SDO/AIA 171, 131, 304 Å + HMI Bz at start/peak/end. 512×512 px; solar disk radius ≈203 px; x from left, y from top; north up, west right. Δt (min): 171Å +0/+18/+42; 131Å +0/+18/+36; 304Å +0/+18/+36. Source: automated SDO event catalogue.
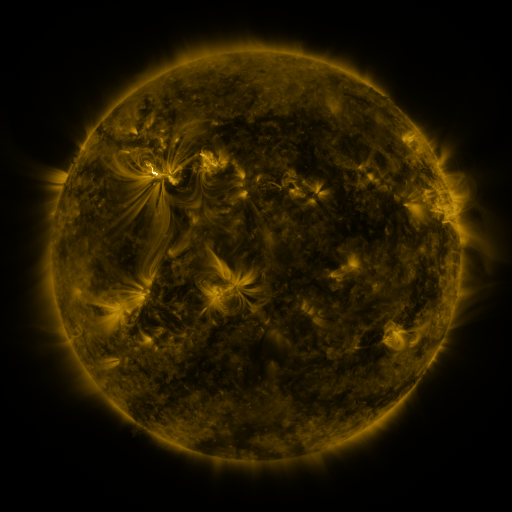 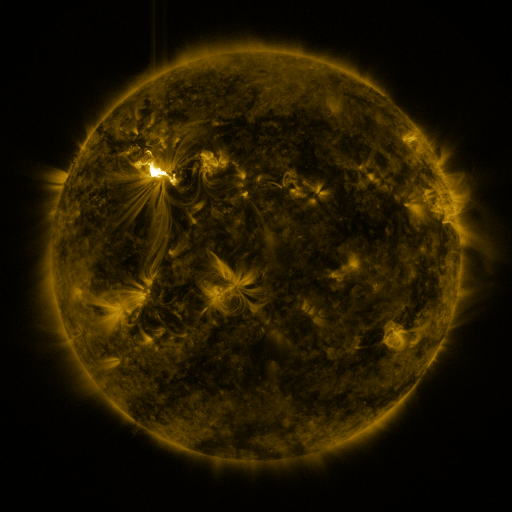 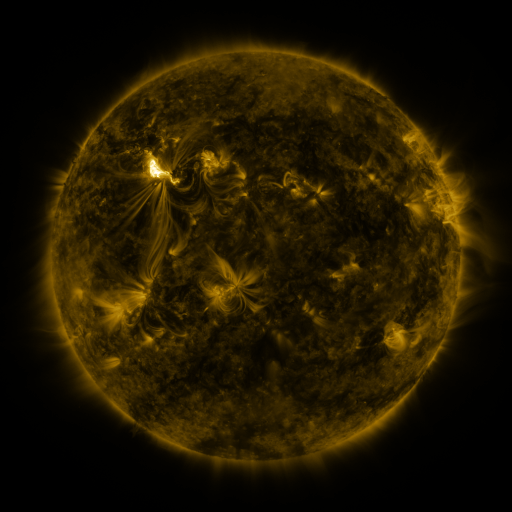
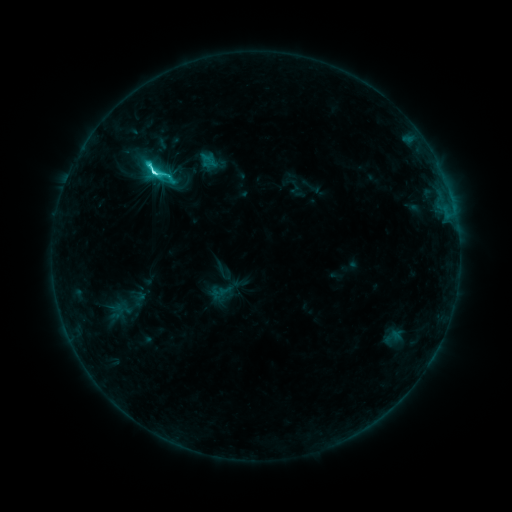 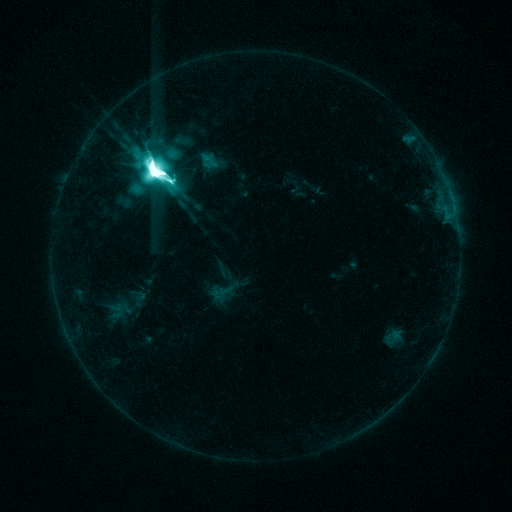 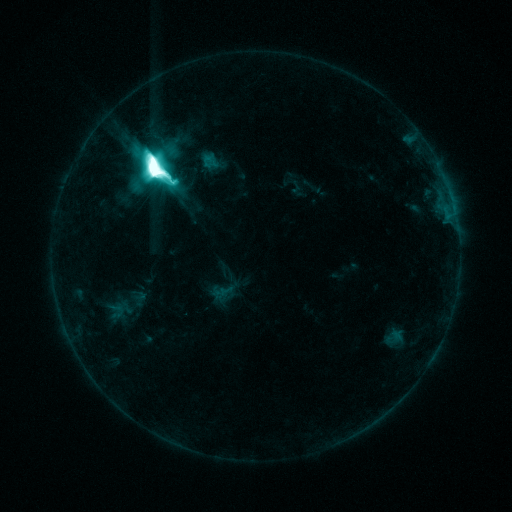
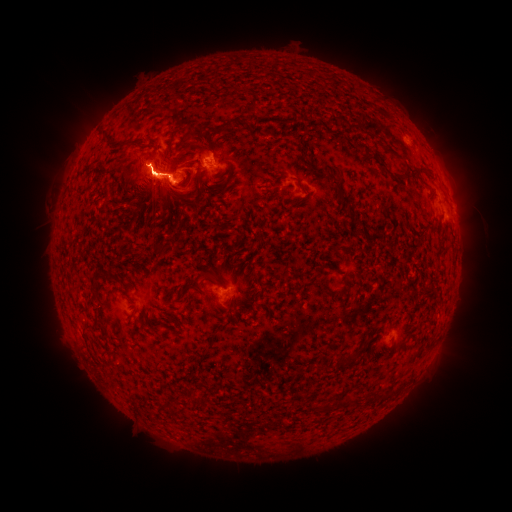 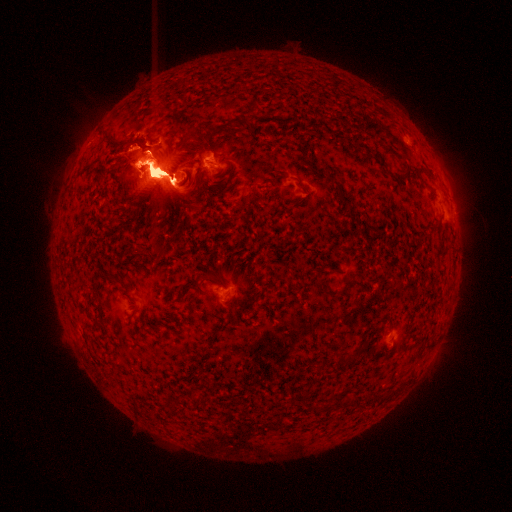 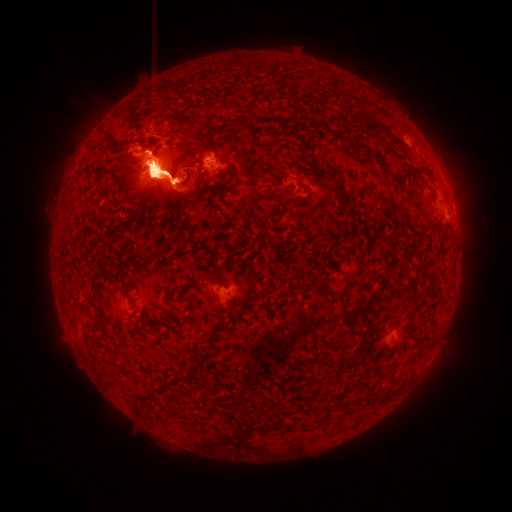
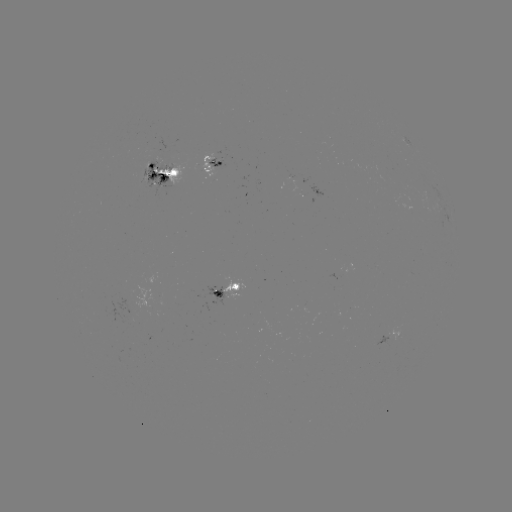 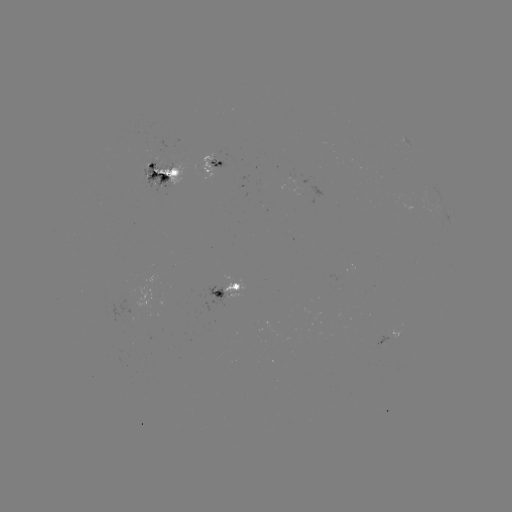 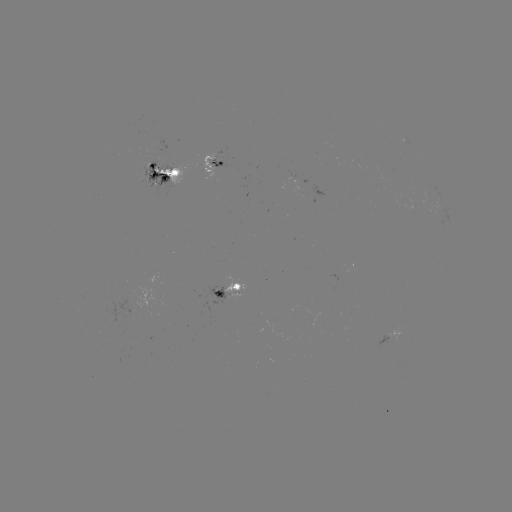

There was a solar eruption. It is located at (309, 168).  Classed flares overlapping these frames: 1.